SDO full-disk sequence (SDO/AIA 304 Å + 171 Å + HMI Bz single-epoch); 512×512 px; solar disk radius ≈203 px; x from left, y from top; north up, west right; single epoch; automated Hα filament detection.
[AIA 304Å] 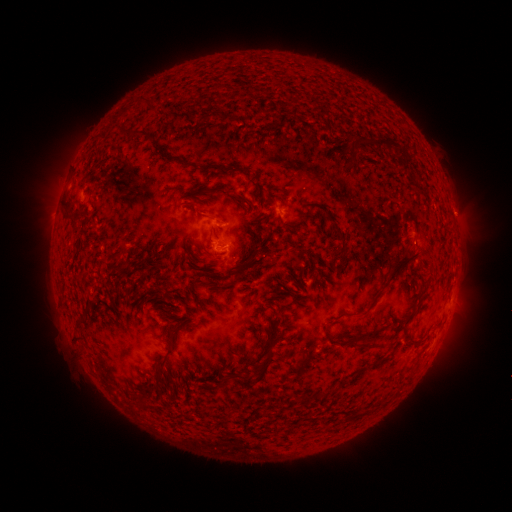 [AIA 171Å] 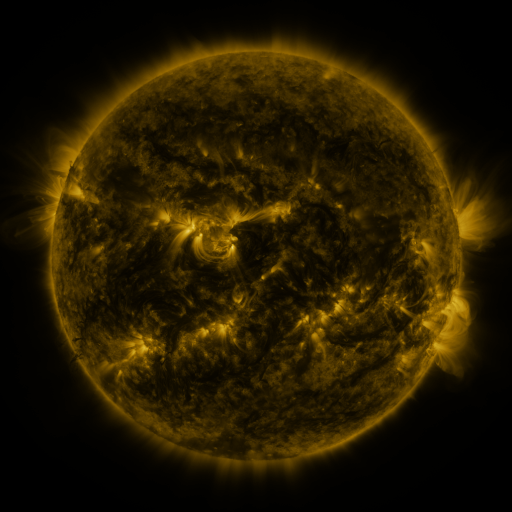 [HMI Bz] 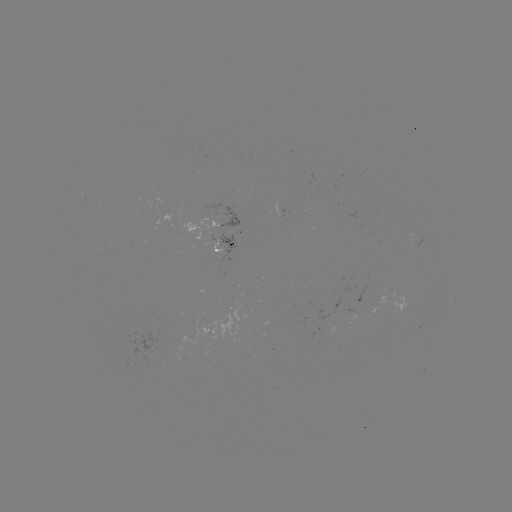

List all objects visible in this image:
filament: (375, 144)
filament: (67, 204)
filament: (339, 235)
filament: (343, 249)
filament: (400, 265)
filament: (229, 272)
filament: (373, 303)
filament: (79, 320)
filament: (175, 328)
filament: (362, 345)
filament: (165, 357)
filament: (260, 373)
filament: (222, 382)
filament: (306, 398)
